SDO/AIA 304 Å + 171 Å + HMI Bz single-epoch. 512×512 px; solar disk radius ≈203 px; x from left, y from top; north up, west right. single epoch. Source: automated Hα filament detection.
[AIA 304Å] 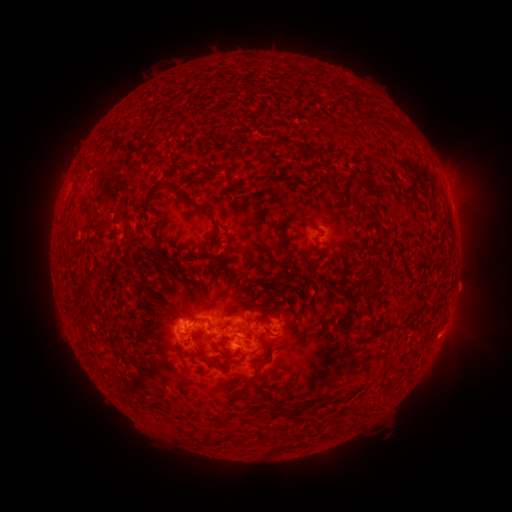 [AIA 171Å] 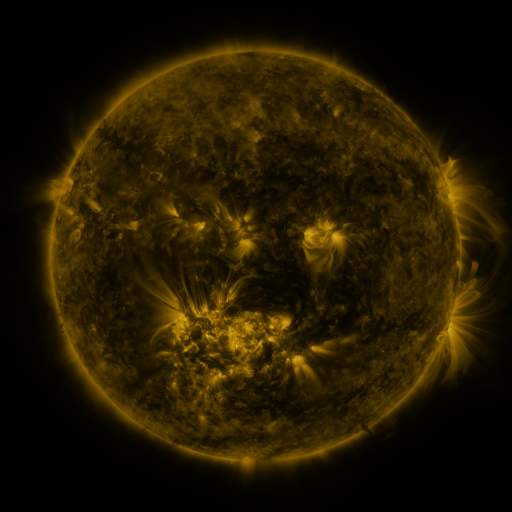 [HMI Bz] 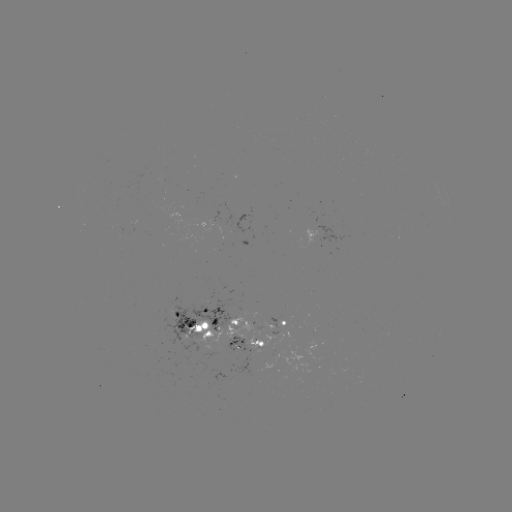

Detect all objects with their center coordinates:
filament: [111, 137, 120, 145]
filament: [207, 163, 228, 174]
filament: [143, 178, 221, 234]
filament: [366, 183, 389, 195]
filament: [298, 213, 309, 225]
filament: [279, 217, 293, 250]
filament: [92, 218, 109, 230]
filament: [221, 249, 233, 260]
filament: [158, 258, 167, 267]
filament: [191, 316, 199, 324]
filament: [228, 318, 238, 326]
filament: [405, 321, 415, 330]
filament: [355, 331, 384, 342]
filament: [194, 346, 204, 358]
filament: [239, 363, 261, 385]
filament: [231, 388, 251, 399]
filament: [272, 406, 294, 421]
